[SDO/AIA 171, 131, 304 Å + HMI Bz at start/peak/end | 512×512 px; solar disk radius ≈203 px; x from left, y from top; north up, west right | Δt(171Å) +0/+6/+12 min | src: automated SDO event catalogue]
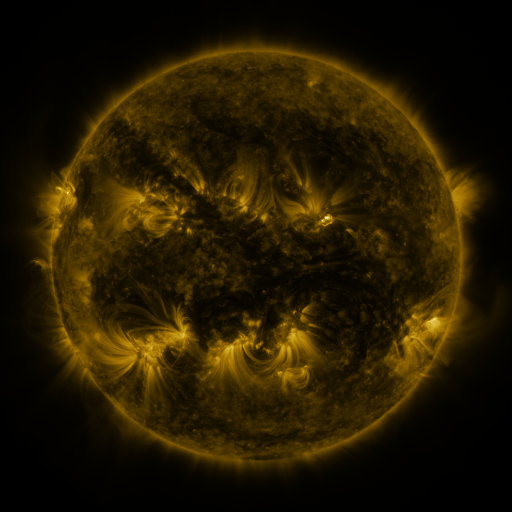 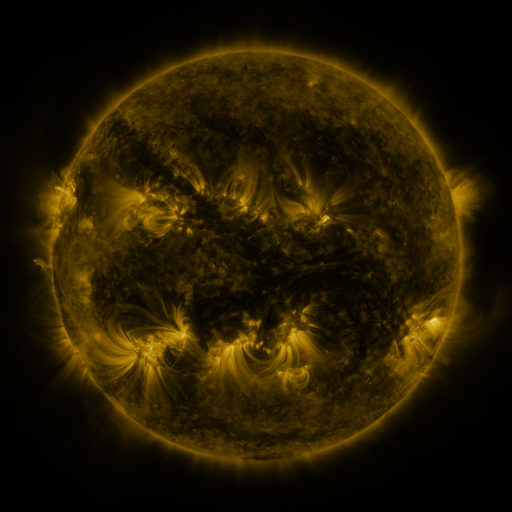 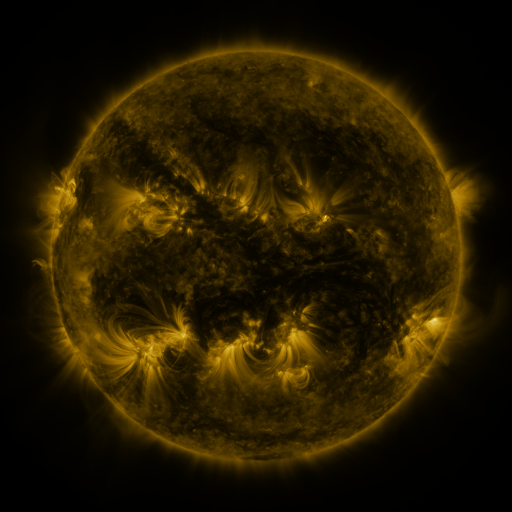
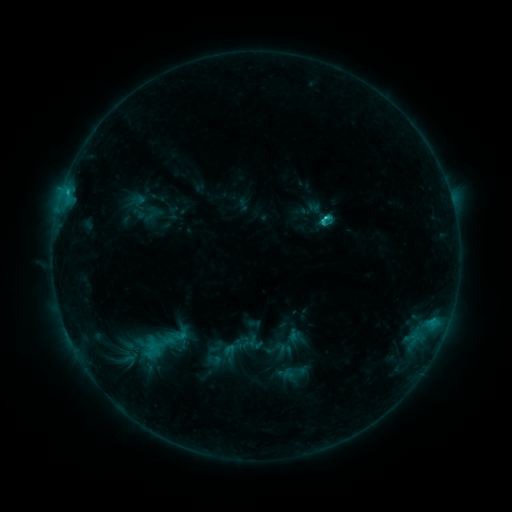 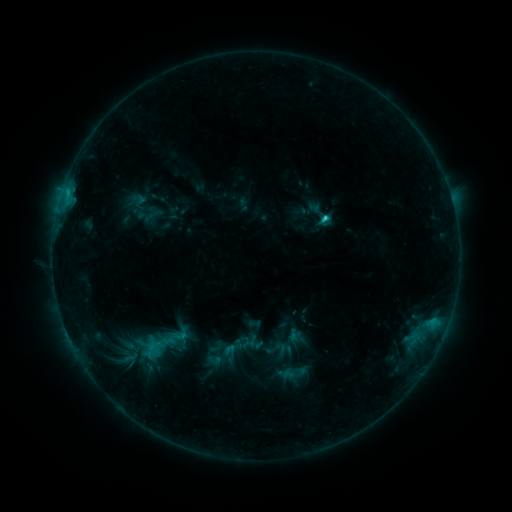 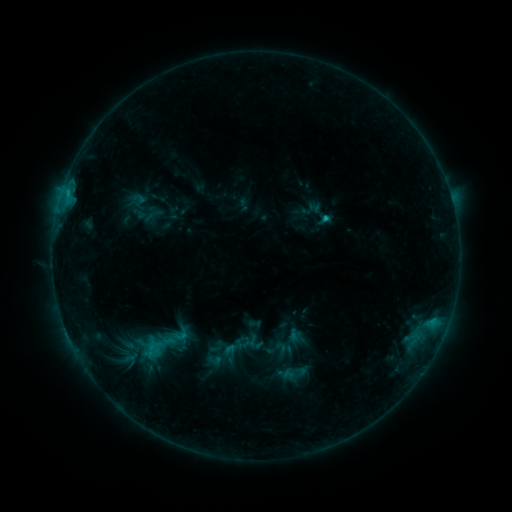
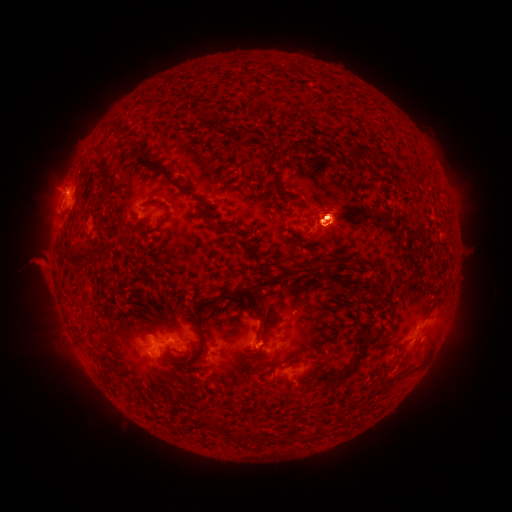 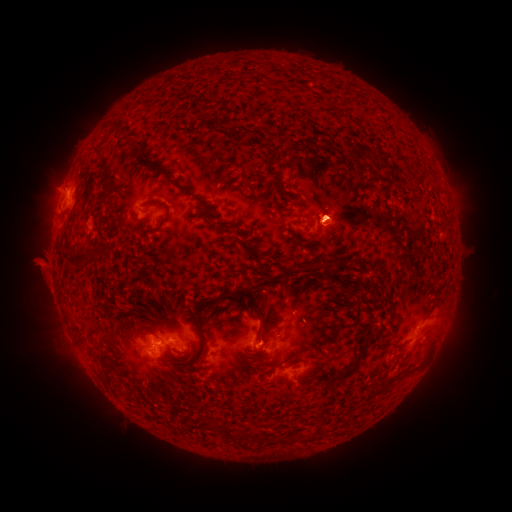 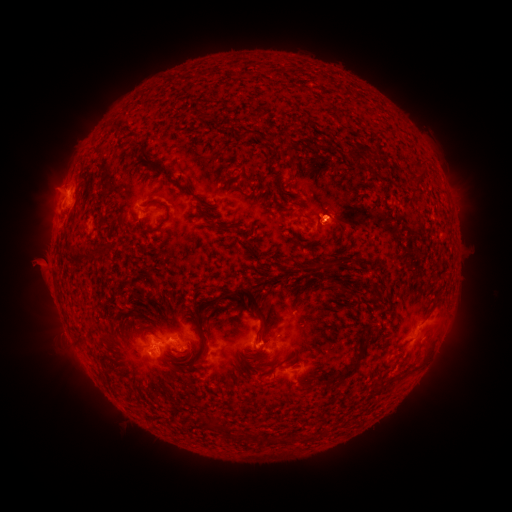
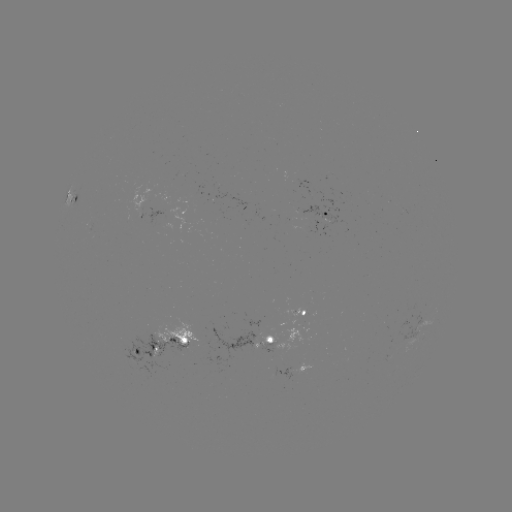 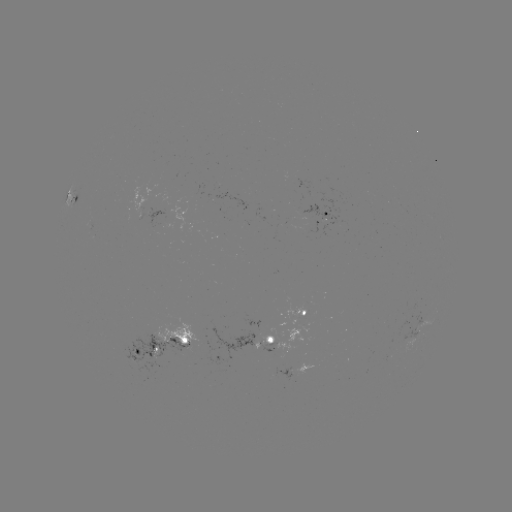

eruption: <bbox>167, 317, 213, 385</bbox>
